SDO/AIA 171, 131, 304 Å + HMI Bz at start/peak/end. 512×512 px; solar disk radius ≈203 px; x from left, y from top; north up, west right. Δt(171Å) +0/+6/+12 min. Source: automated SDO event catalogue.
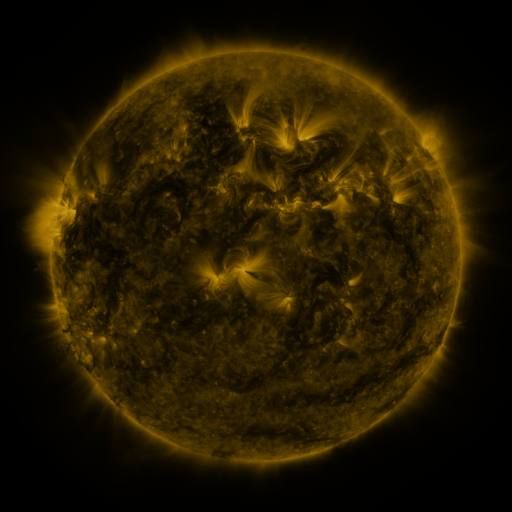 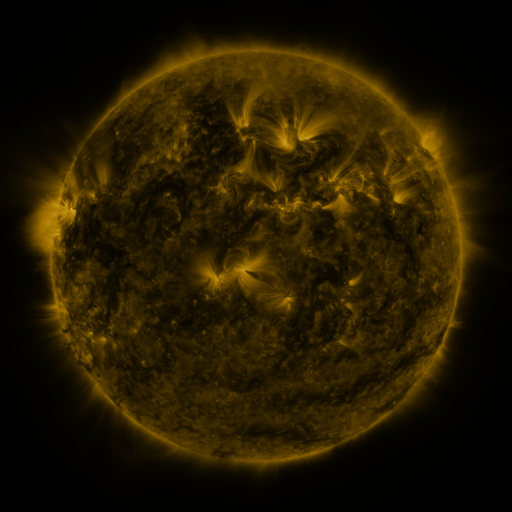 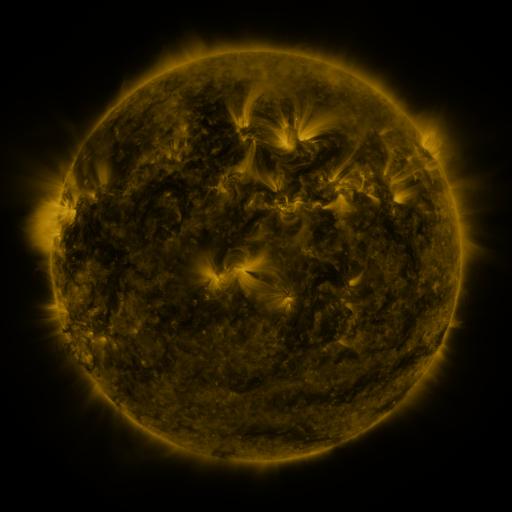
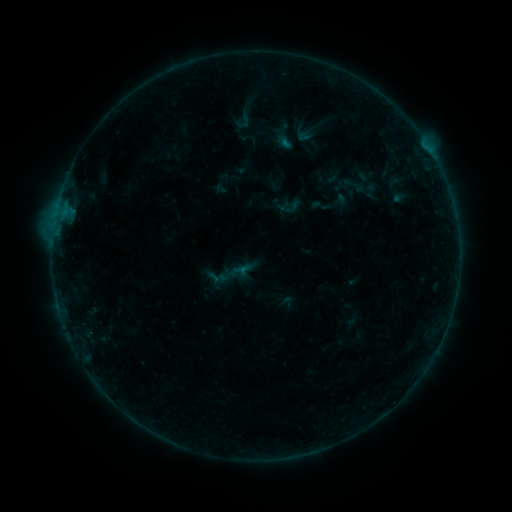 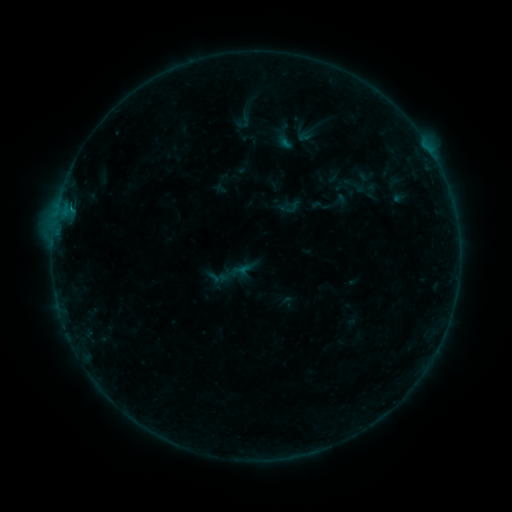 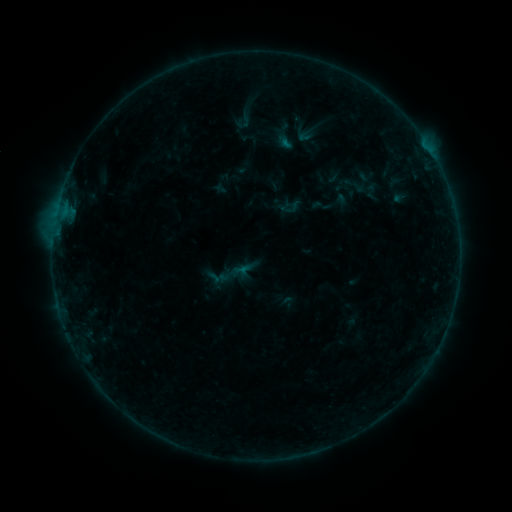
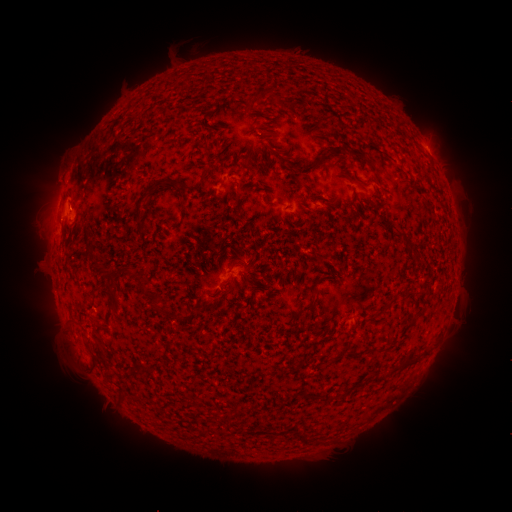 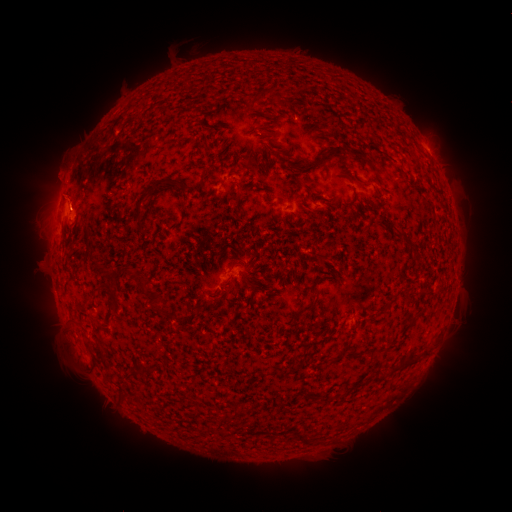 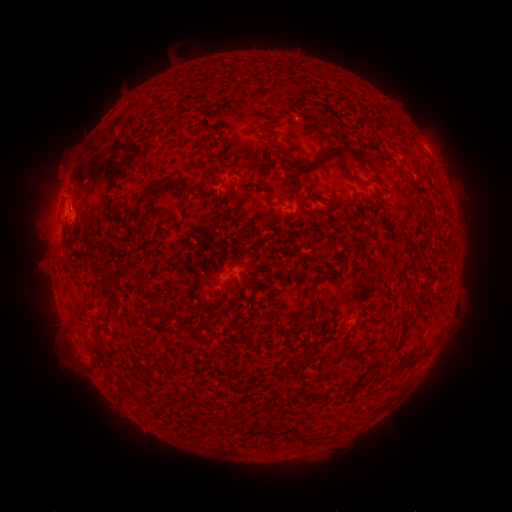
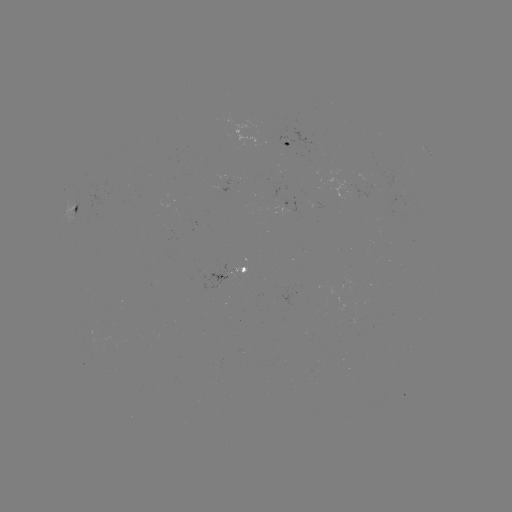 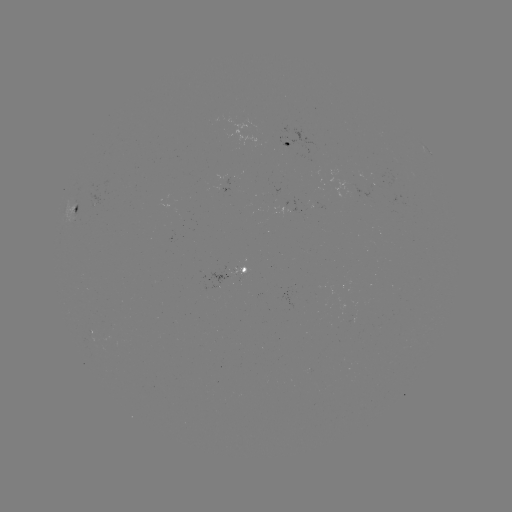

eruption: <bbox>38, 168, 89, 235</bbox>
